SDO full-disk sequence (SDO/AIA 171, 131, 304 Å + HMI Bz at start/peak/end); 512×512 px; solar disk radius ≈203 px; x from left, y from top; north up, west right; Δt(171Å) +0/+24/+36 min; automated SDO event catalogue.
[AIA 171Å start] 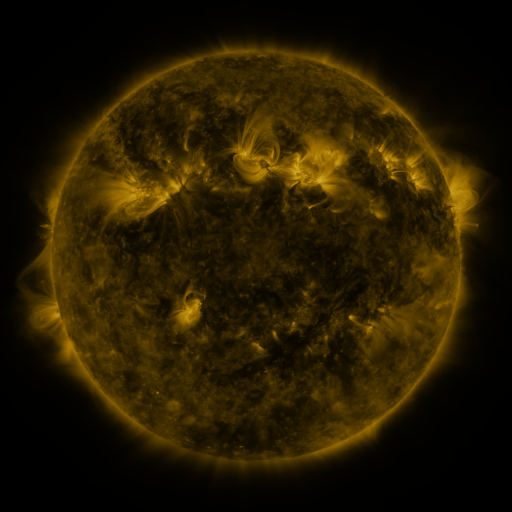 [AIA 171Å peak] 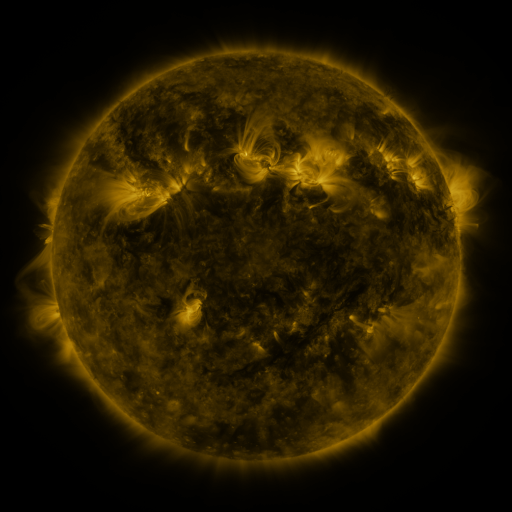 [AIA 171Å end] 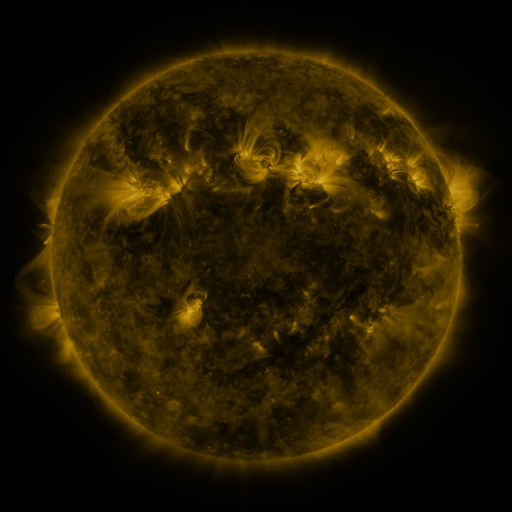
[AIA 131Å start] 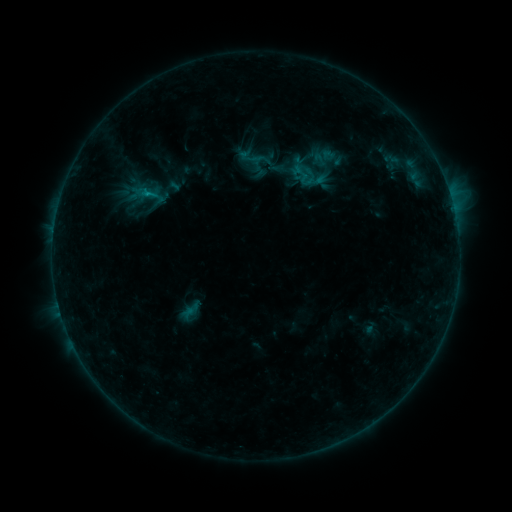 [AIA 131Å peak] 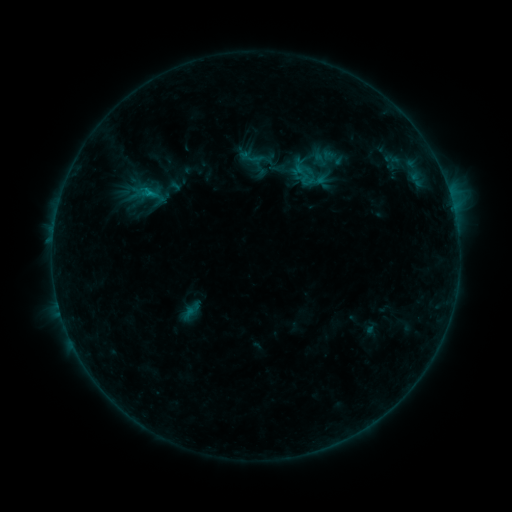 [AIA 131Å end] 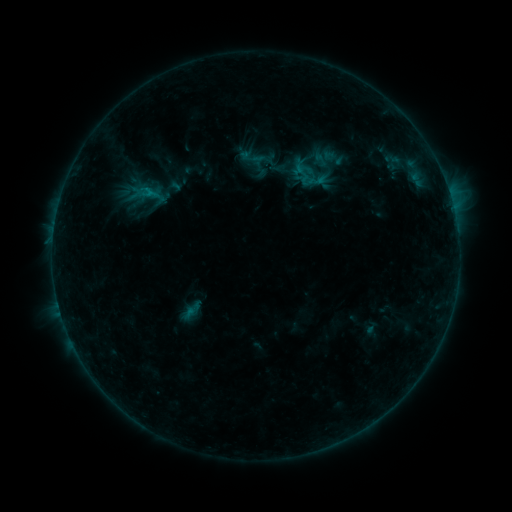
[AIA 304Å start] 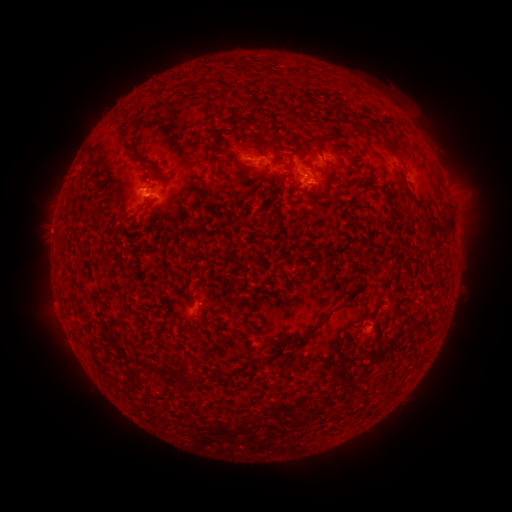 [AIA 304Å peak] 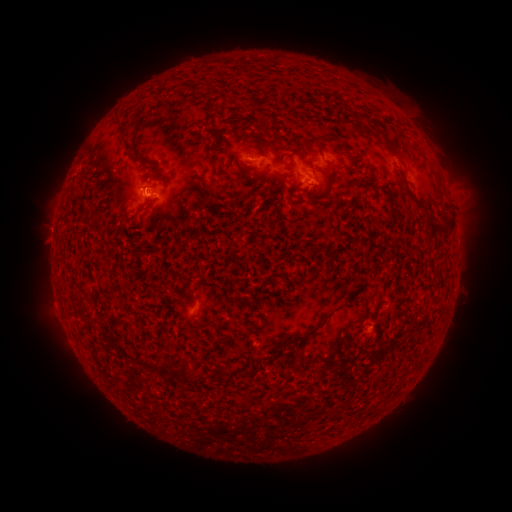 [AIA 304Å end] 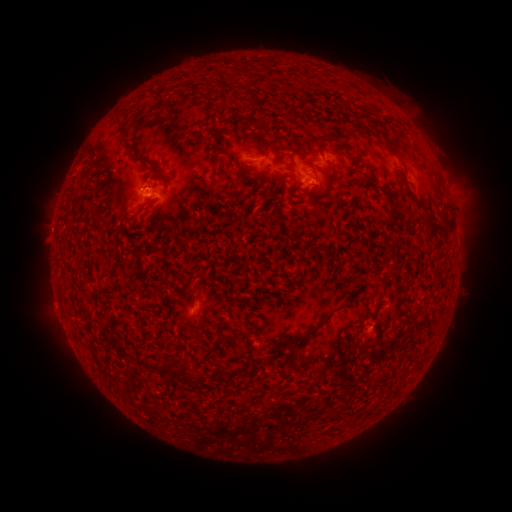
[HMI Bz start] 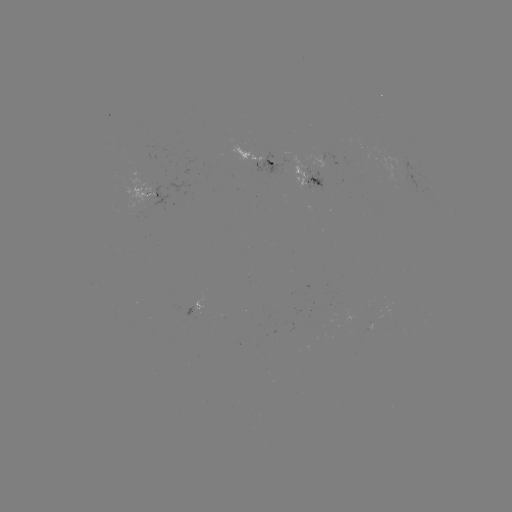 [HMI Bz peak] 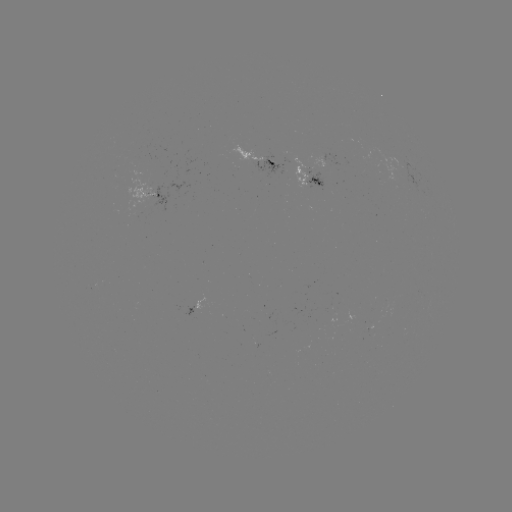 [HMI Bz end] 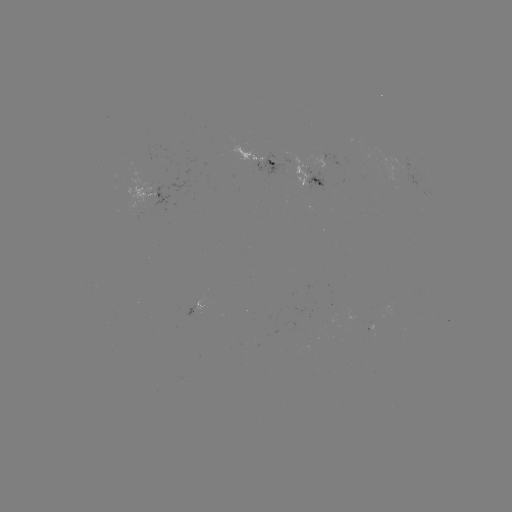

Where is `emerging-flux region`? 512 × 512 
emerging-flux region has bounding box [291, 157, 313, 188].